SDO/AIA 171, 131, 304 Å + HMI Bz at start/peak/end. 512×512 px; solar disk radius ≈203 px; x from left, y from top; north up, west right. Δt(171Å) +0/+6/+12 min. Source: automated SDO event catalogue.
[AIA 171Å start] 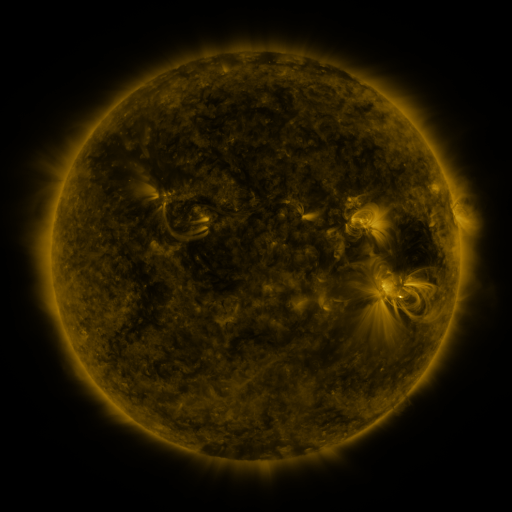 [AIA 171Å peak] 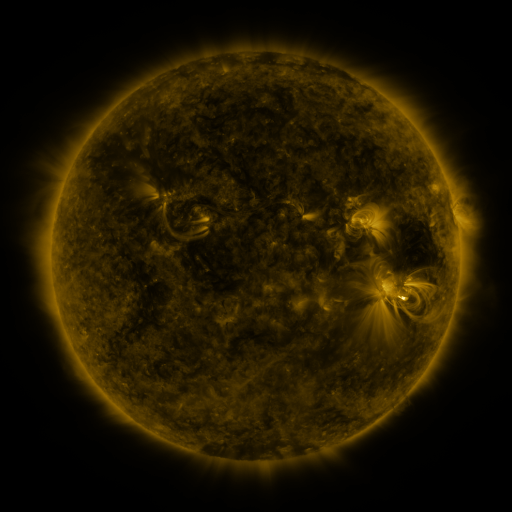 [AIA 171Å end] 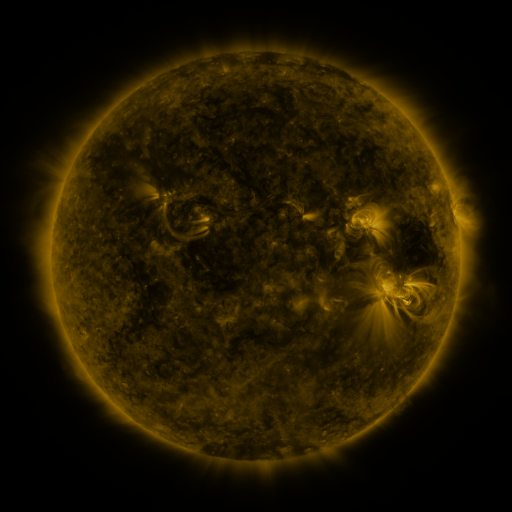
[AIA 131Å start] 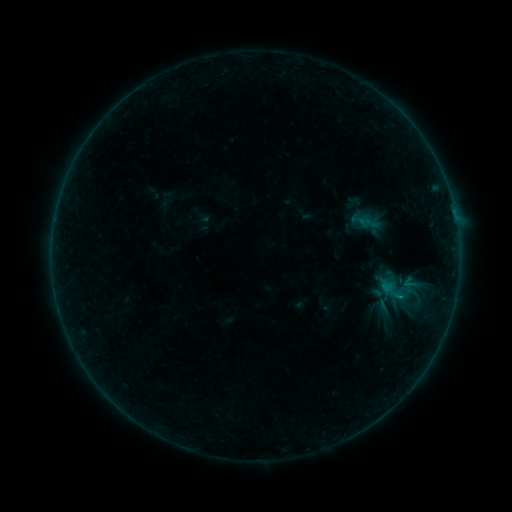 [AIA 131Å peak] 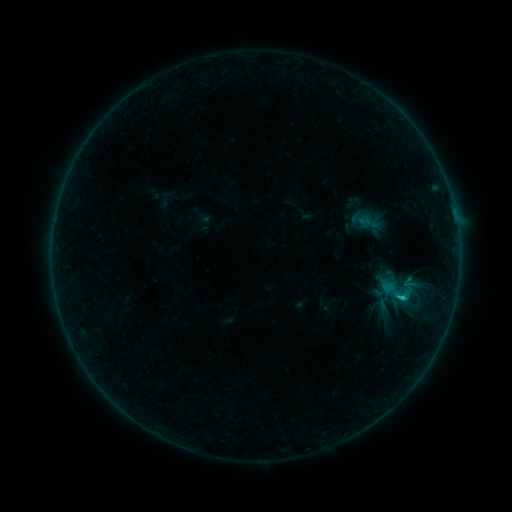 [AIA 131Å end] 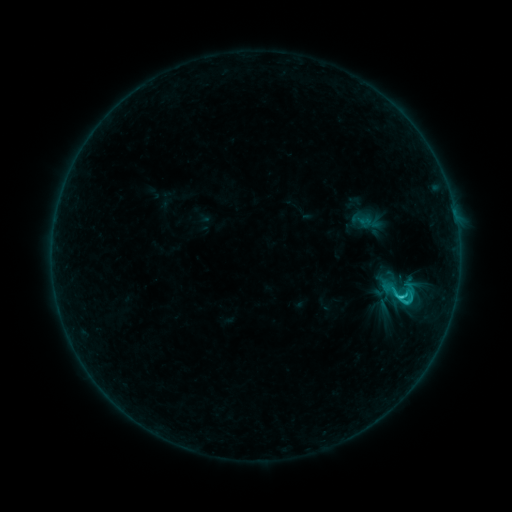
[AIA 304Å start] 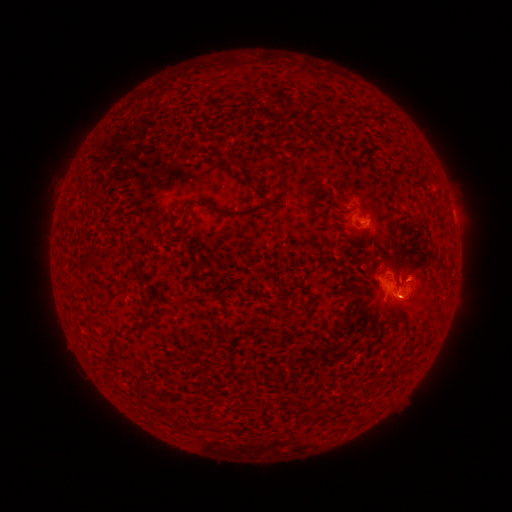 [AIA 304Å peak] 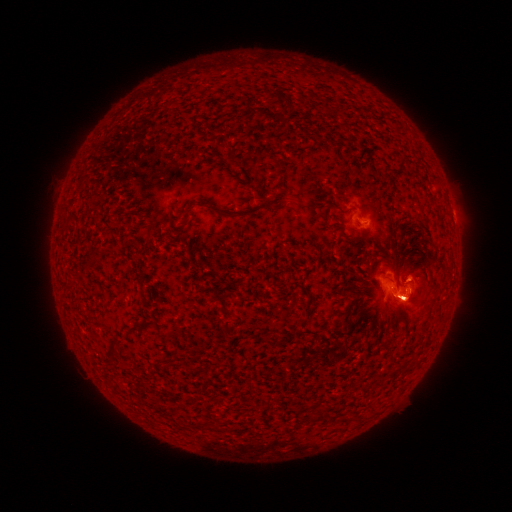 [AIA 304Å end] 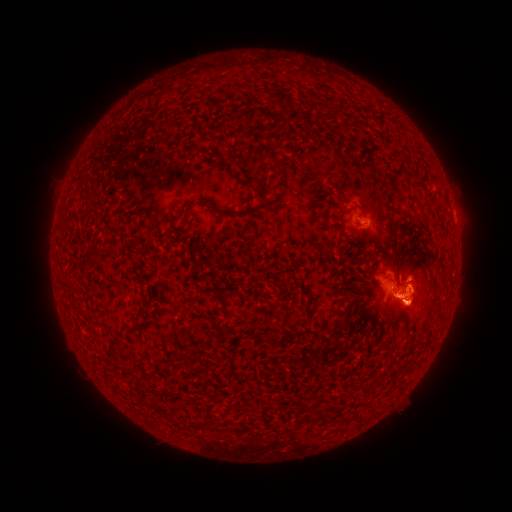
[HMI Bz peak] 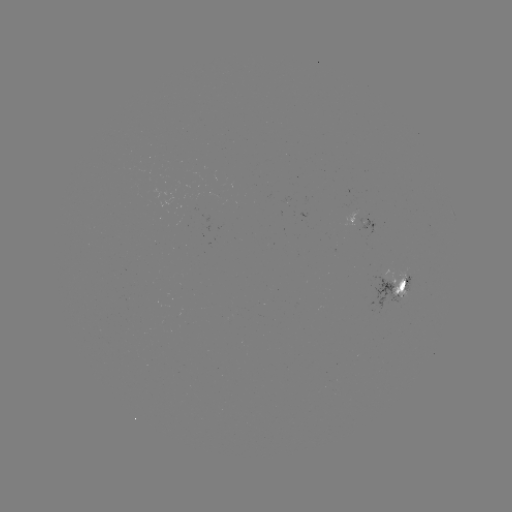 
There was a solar eruption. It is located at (408, 356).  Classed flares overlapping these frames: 1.